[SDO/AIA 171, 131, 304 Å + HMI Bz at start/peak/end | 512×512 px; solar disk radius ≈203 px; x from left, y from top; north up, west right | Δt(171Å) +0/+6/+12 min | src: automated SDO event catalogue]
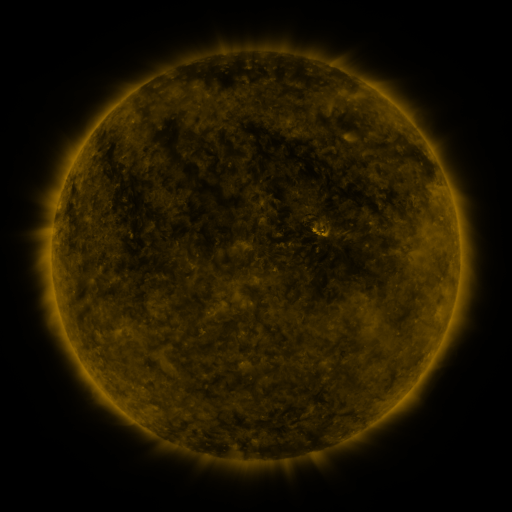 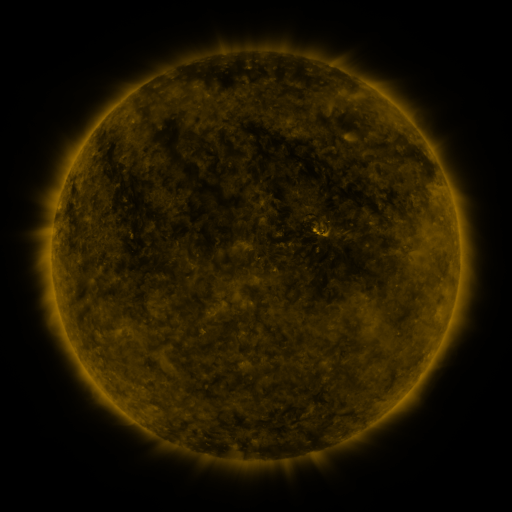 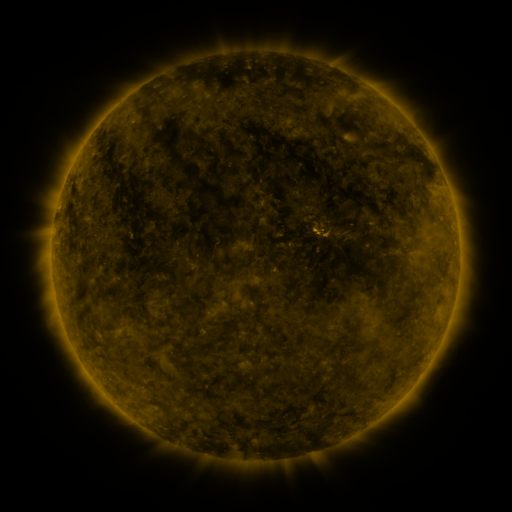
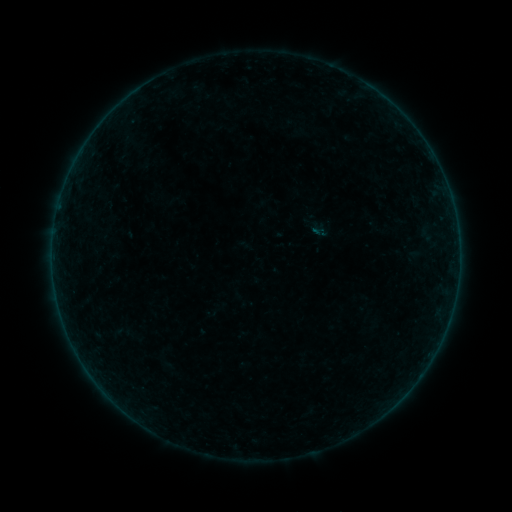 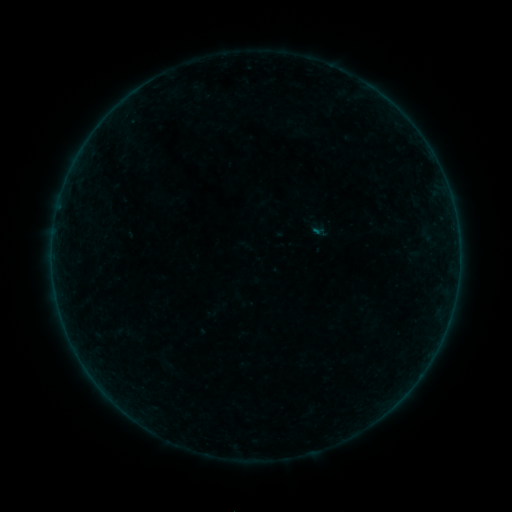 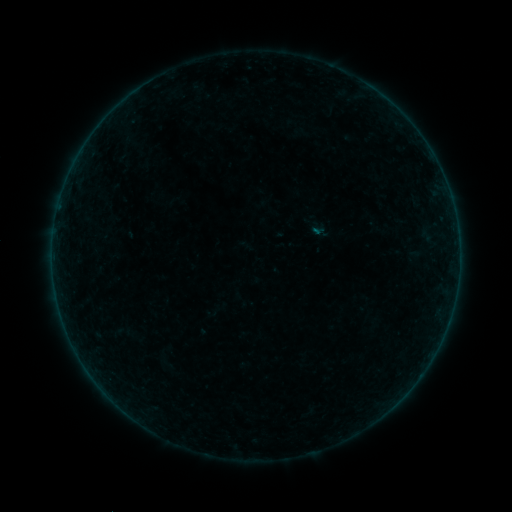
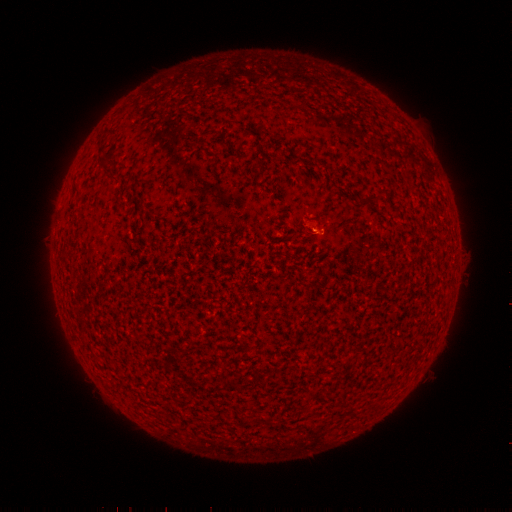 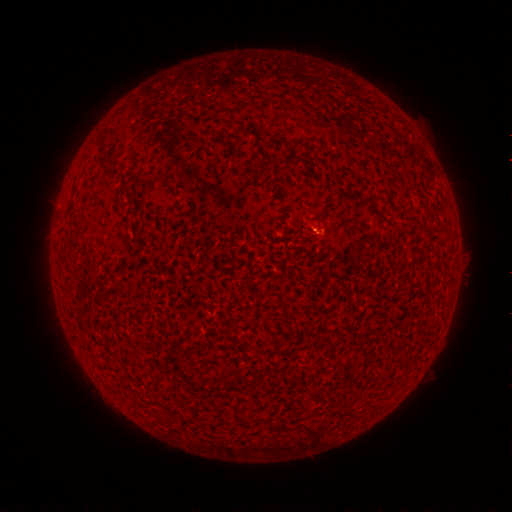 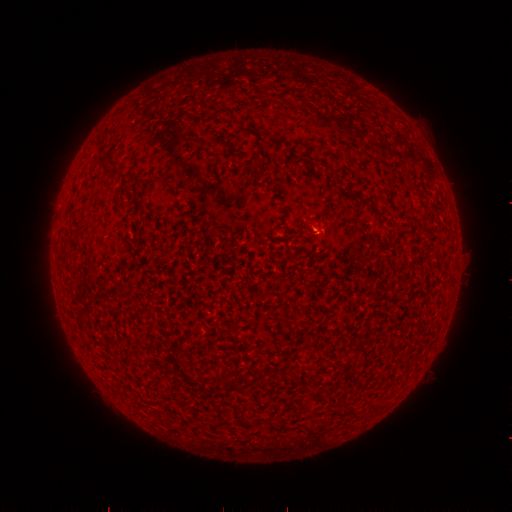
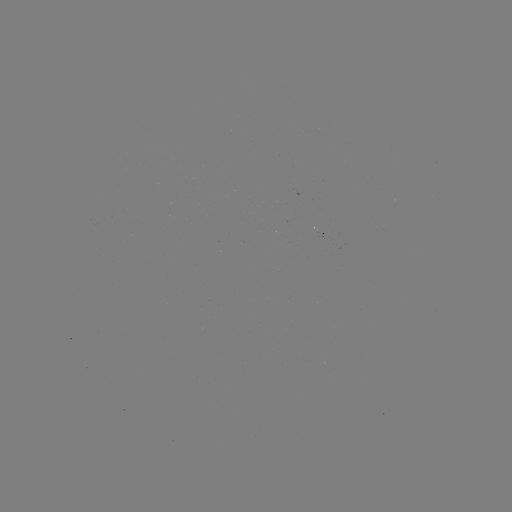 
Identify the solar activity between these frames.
B1.0 flare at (315, 235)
